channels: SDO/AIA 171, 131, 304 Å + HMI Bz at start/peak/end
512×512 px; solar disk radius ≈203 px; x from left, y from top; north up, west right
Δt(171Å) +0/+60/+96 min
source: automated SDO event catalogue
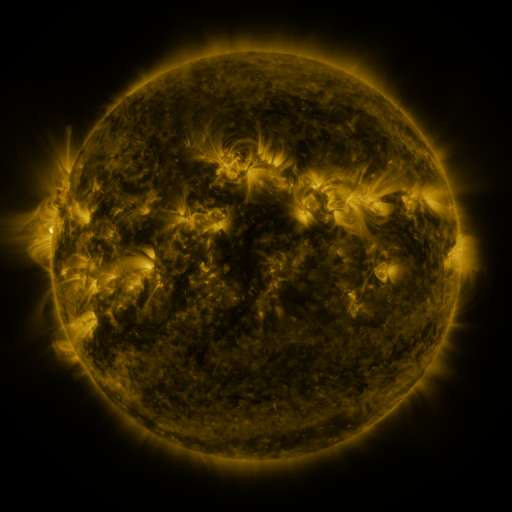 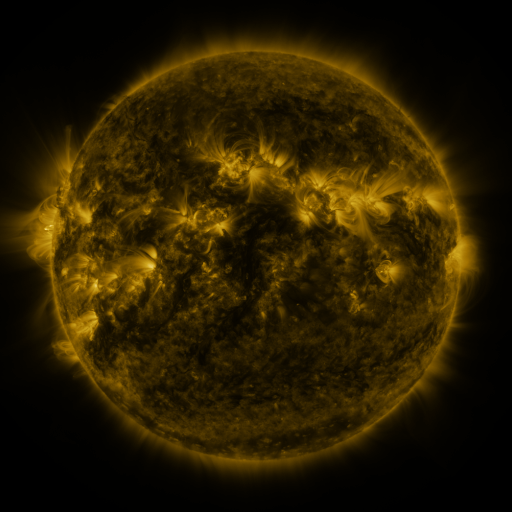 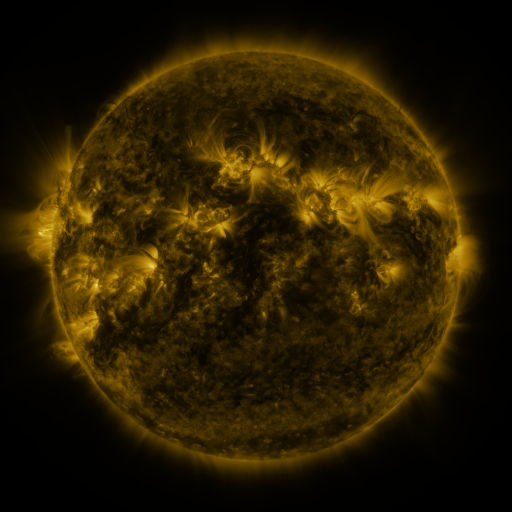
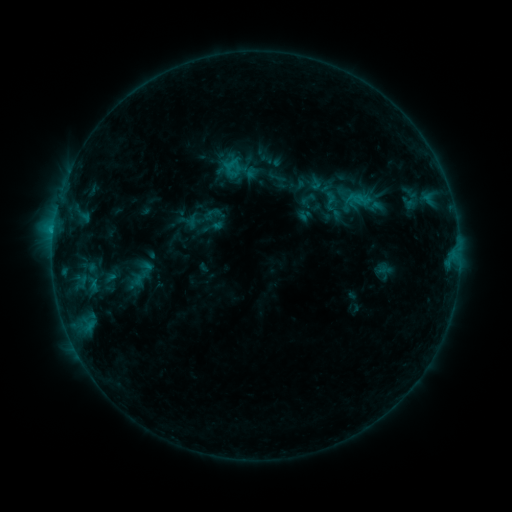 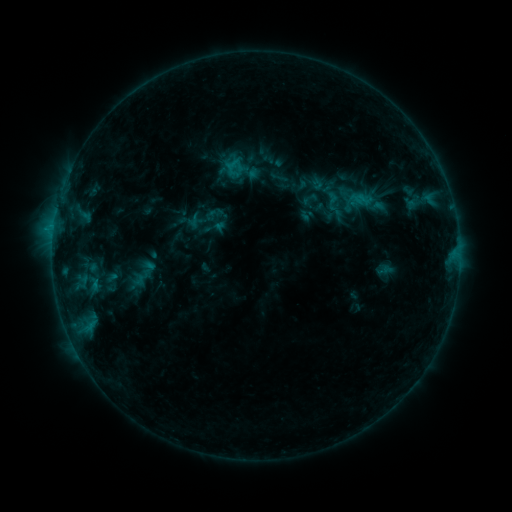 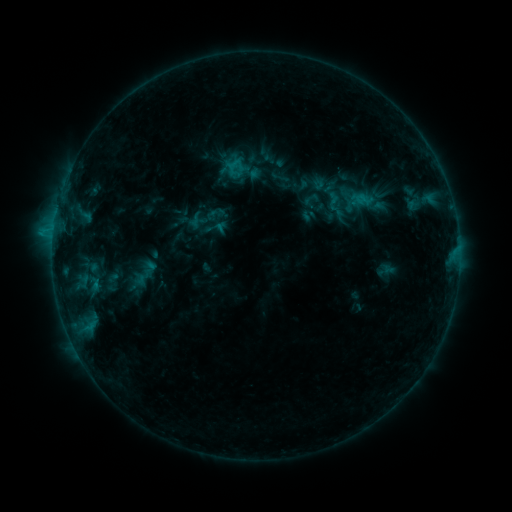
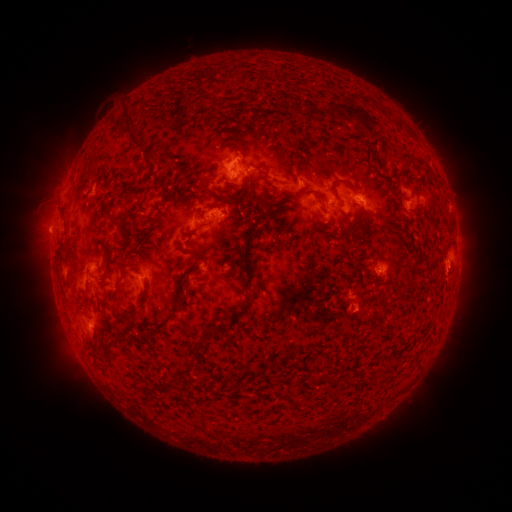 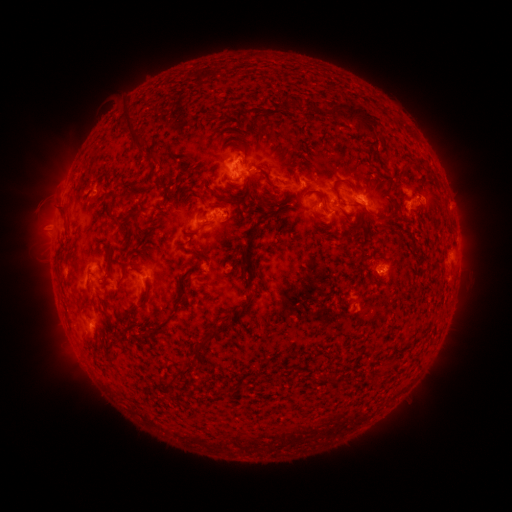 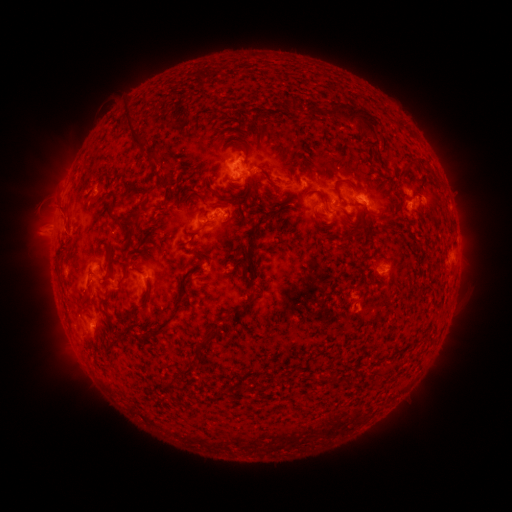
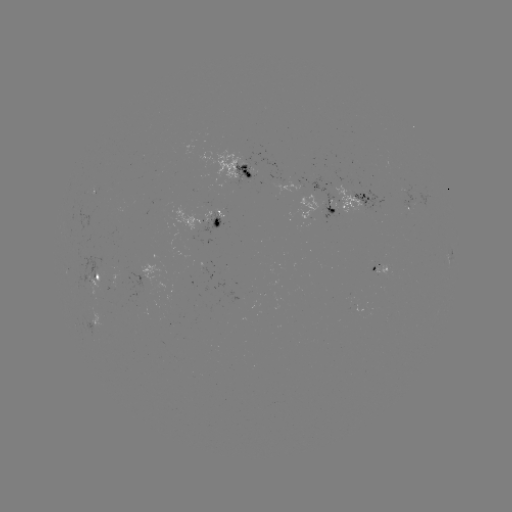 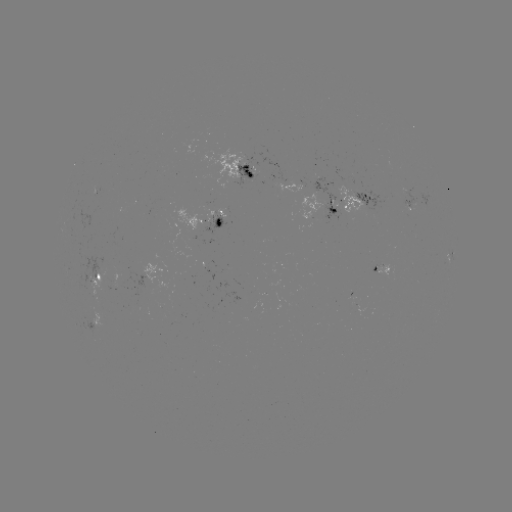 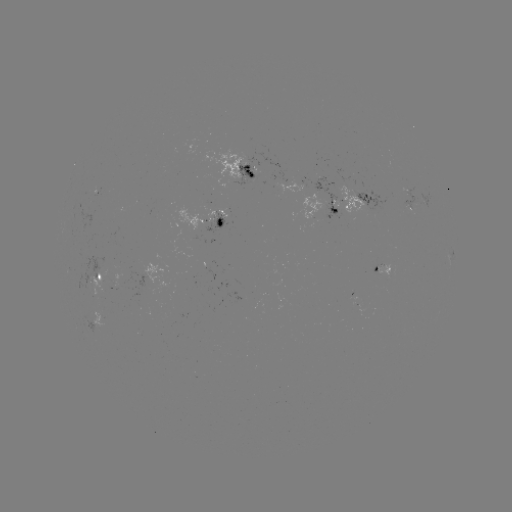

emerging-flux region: (76, 257, 109, 289)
